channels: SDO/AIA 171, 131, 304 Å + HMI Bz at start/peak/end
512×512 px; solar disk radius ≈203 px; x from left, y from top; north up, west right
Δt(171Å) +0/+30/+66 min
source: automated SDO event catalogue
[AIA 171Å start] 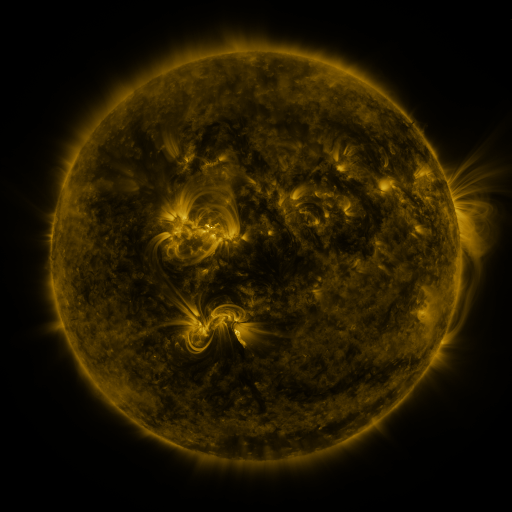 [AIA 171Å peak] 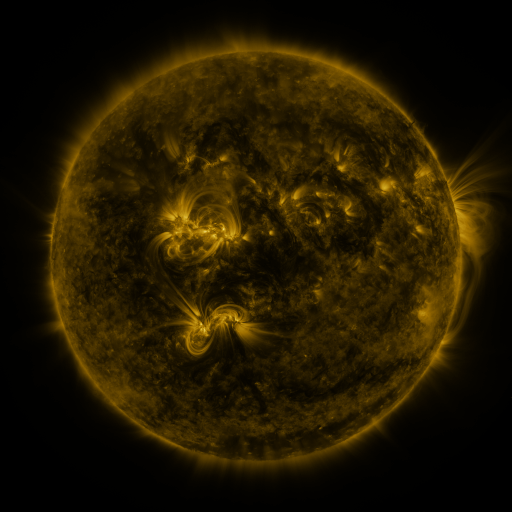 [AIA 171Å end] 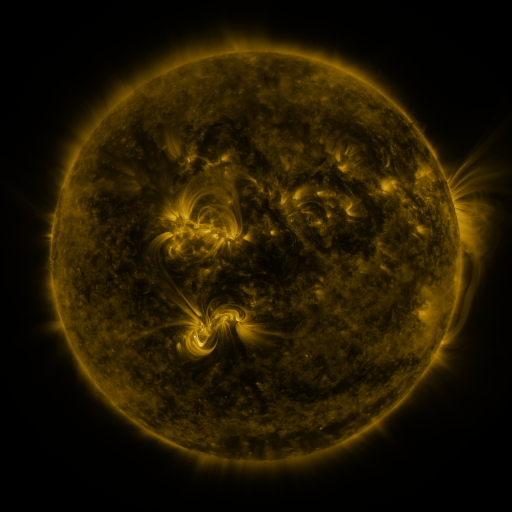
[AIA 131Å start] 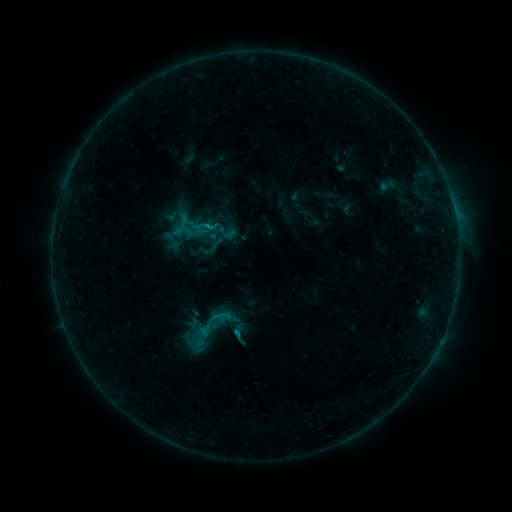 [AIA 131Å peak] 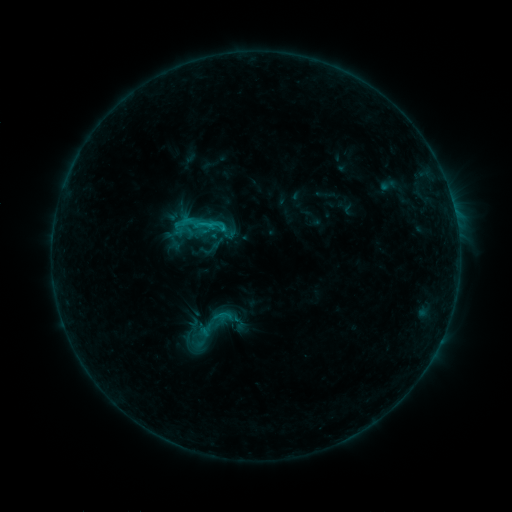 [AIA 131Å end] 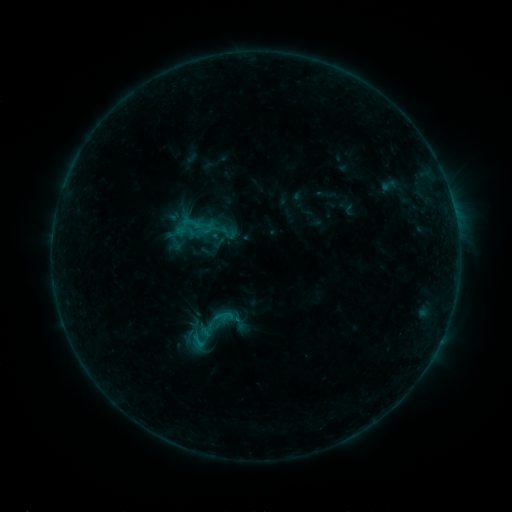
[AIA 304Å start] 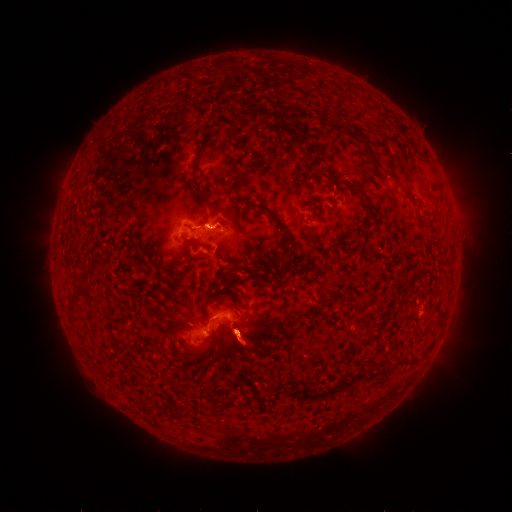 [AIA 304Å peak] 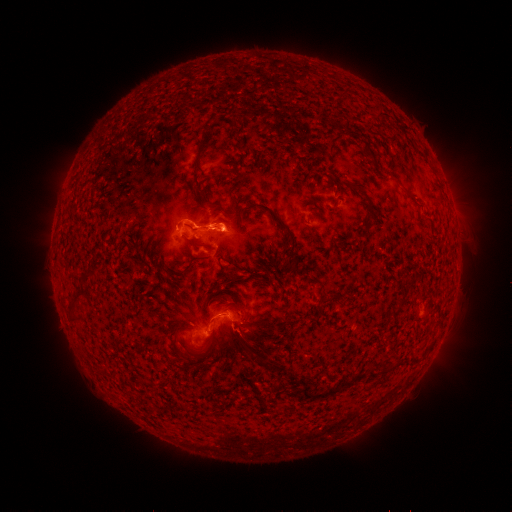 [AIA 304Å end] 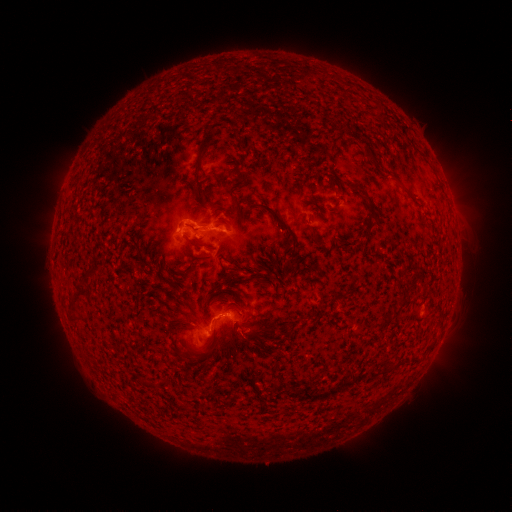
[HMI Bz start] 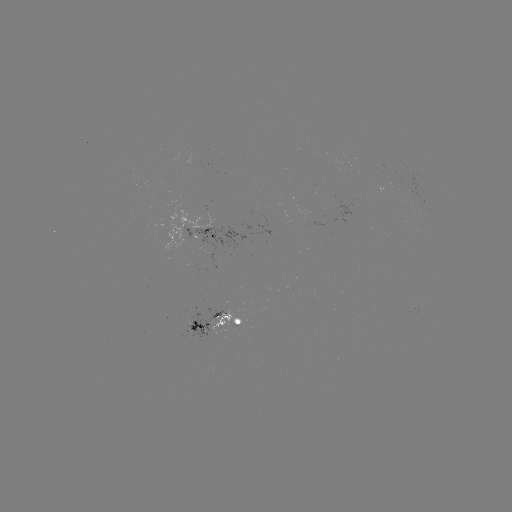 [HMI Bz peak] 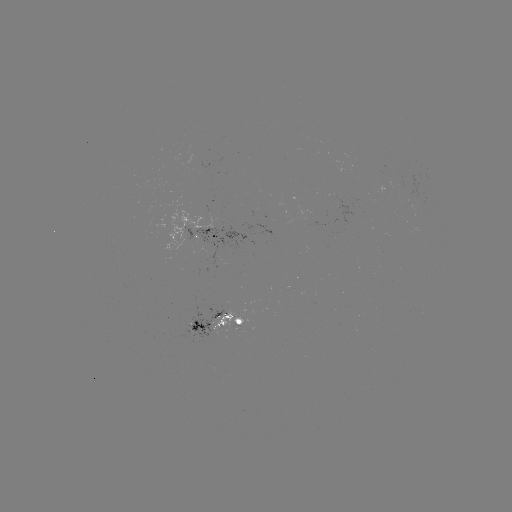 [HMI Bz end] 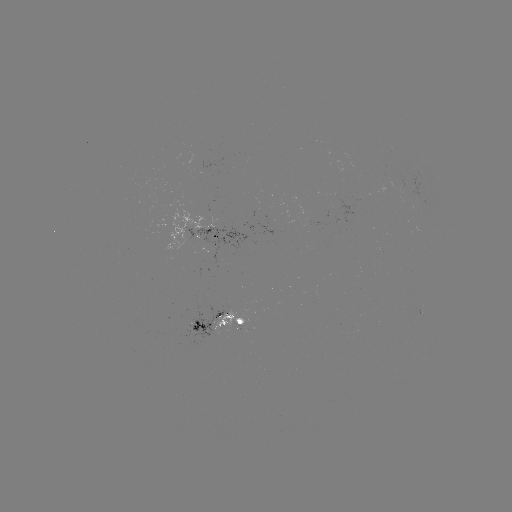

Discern C1.3 flare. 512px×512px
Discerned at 203,226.